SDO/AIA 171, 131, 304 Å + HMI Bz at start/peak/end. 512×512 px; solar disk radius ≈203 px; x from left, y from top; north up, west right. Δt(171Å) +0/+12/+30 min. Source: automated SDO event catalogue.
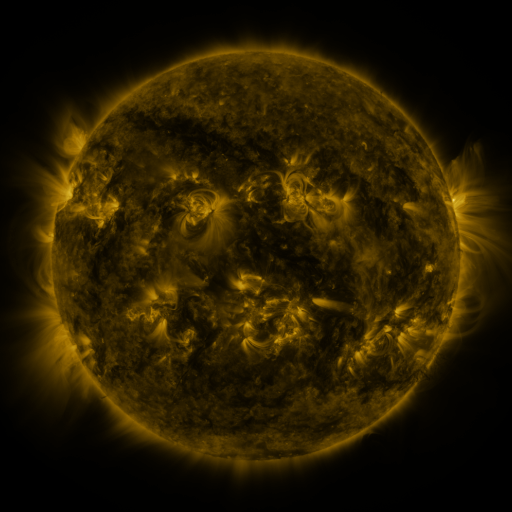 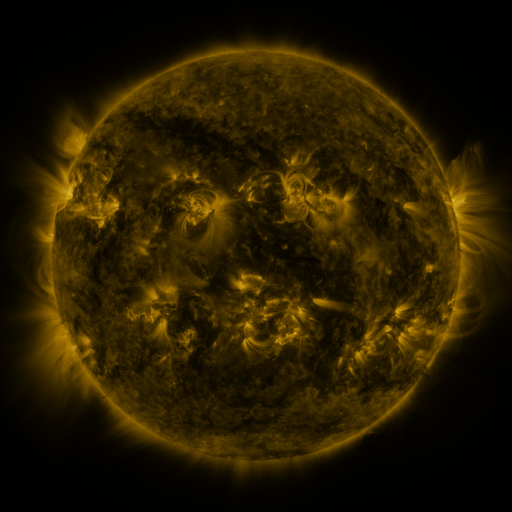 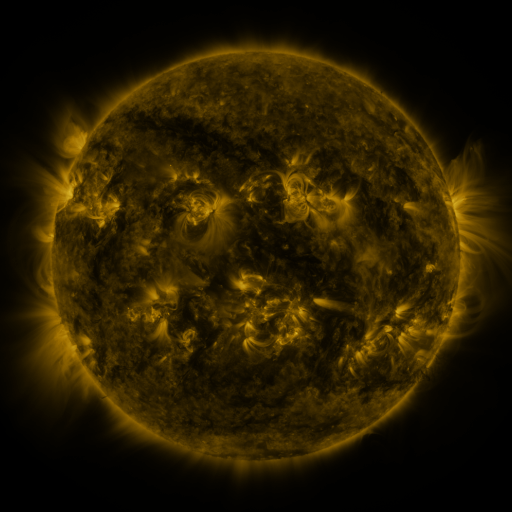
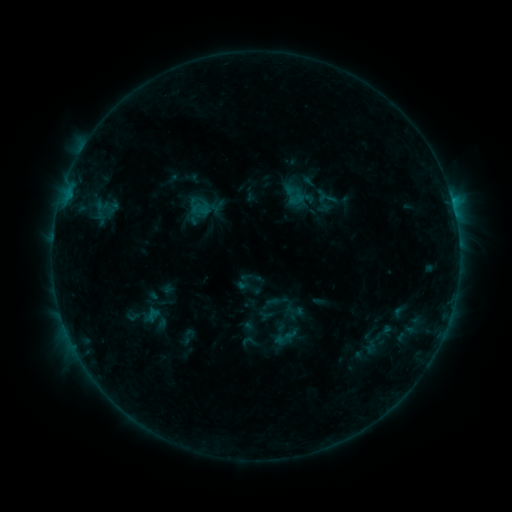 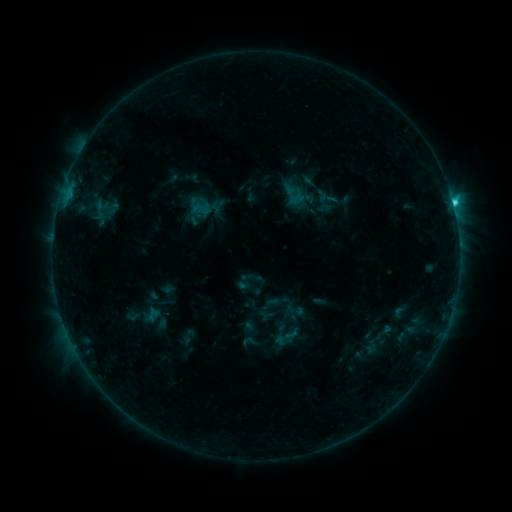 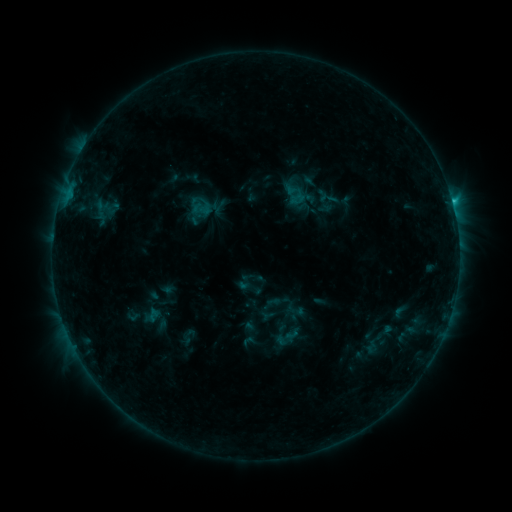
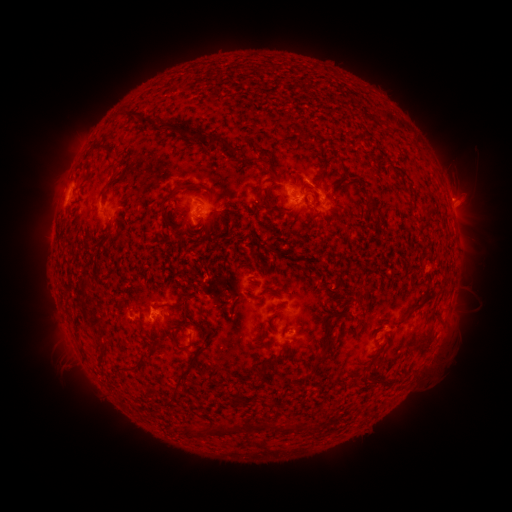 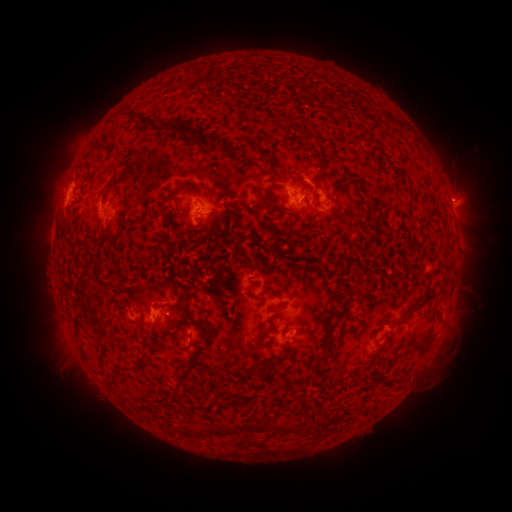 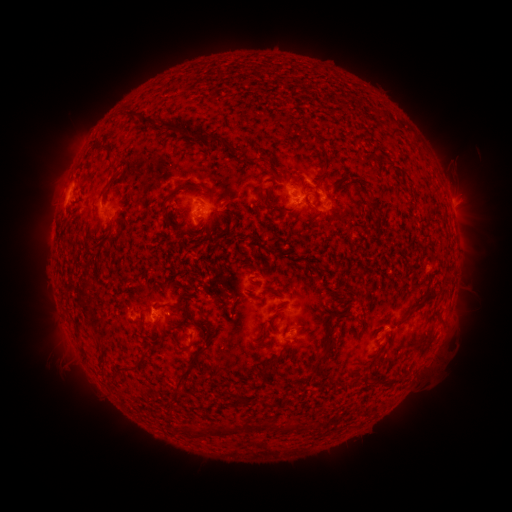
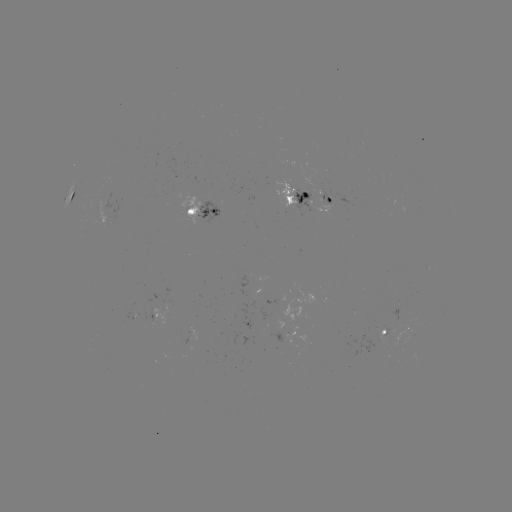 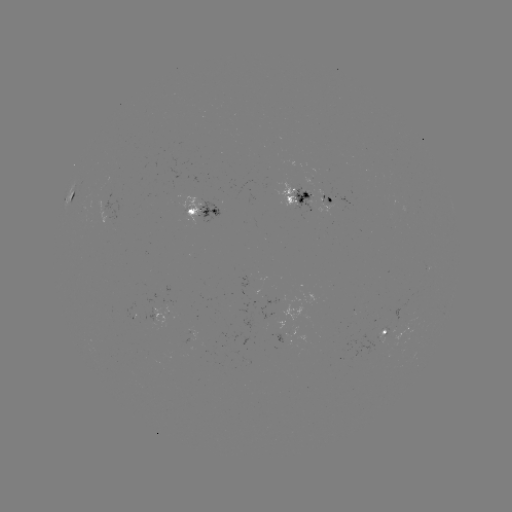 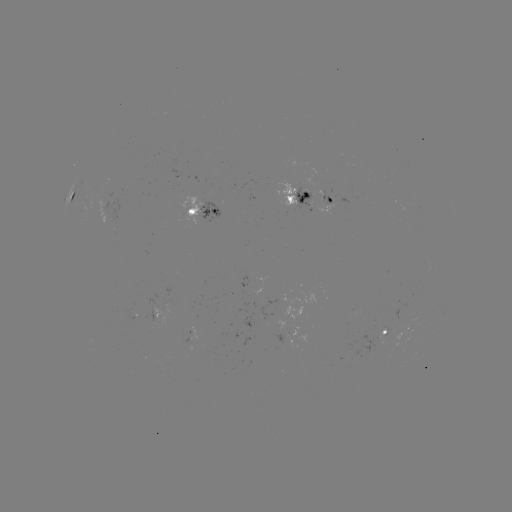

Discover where C1.9 flare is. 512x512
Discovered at (453, 206).